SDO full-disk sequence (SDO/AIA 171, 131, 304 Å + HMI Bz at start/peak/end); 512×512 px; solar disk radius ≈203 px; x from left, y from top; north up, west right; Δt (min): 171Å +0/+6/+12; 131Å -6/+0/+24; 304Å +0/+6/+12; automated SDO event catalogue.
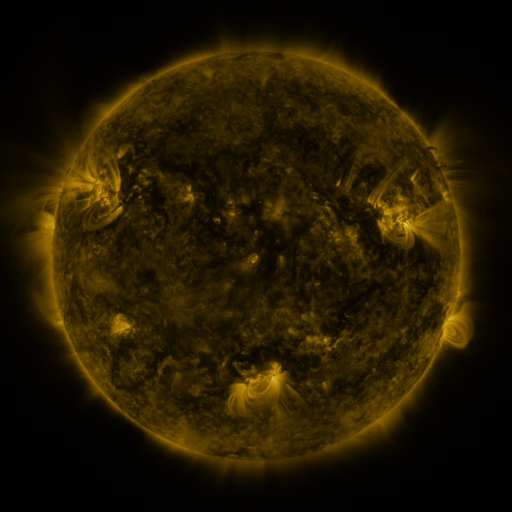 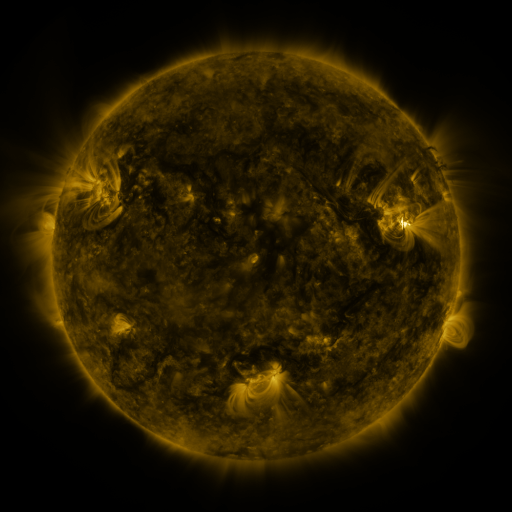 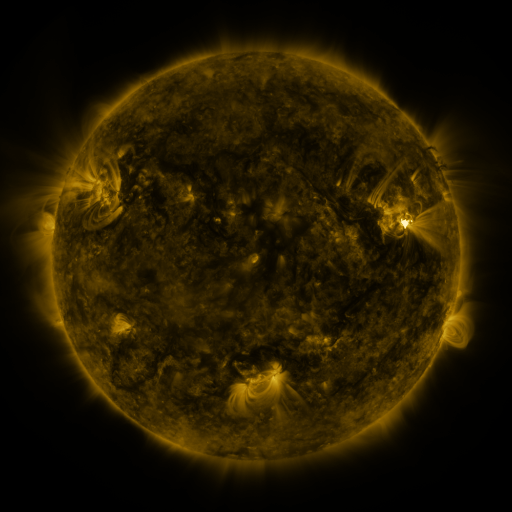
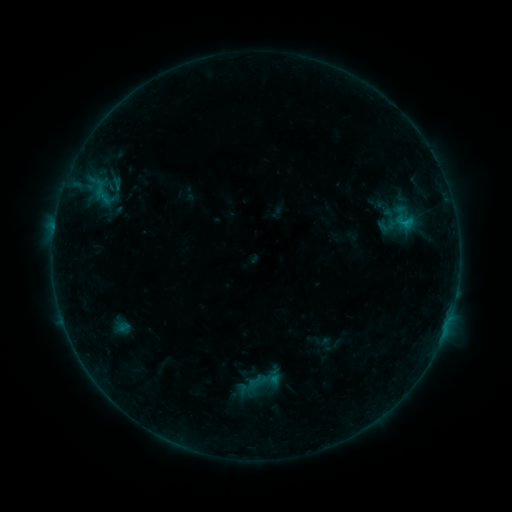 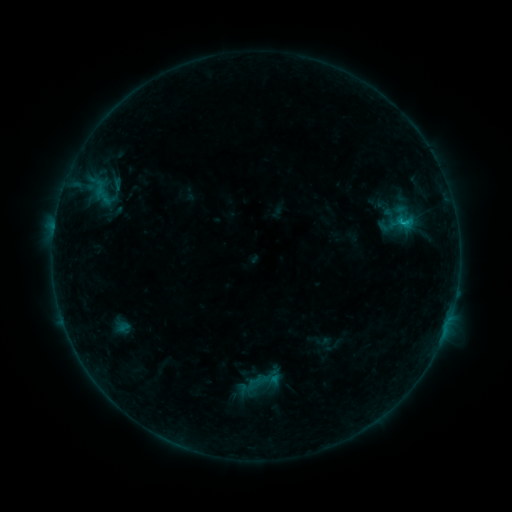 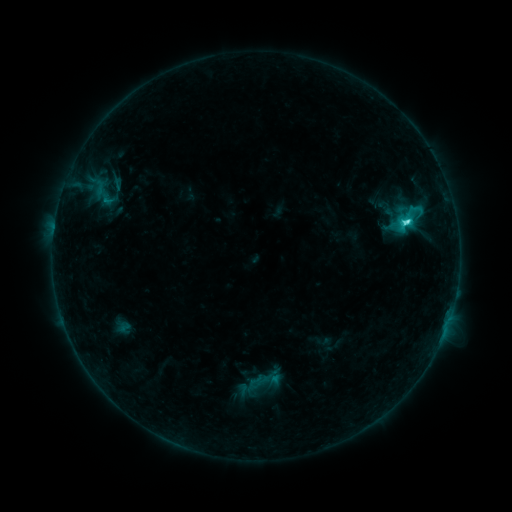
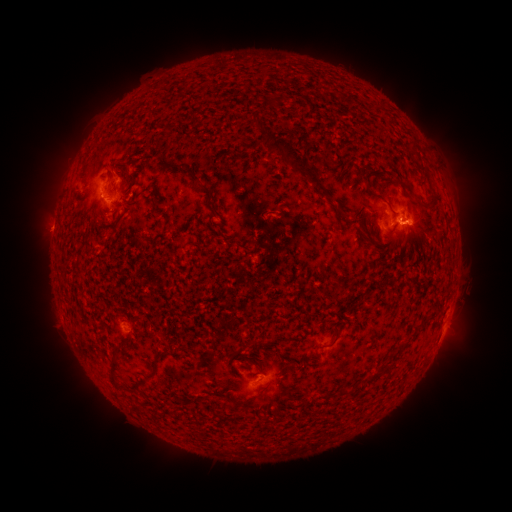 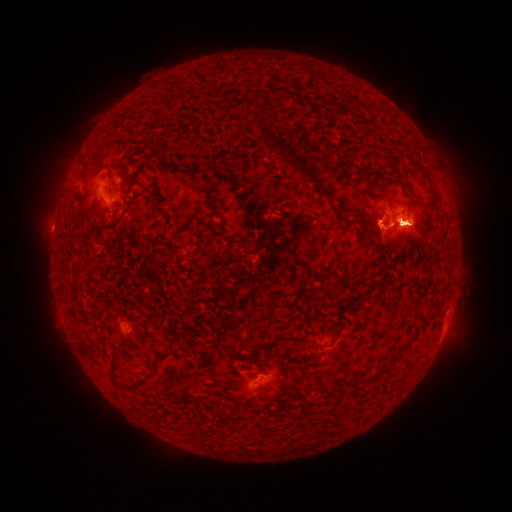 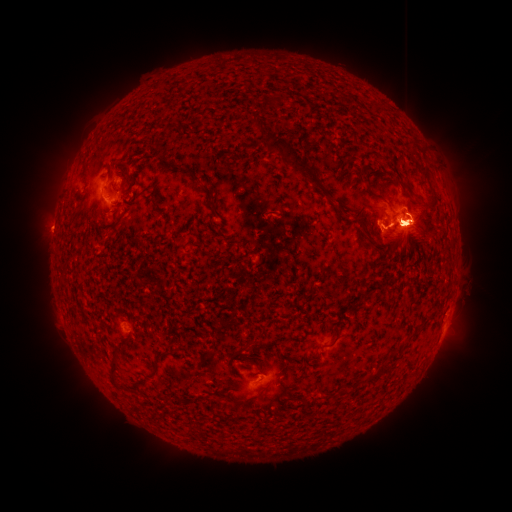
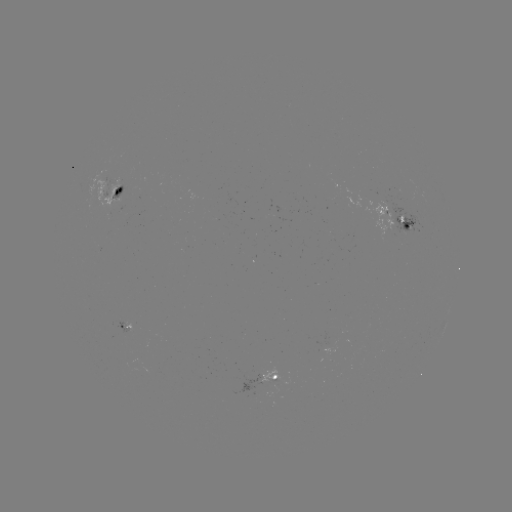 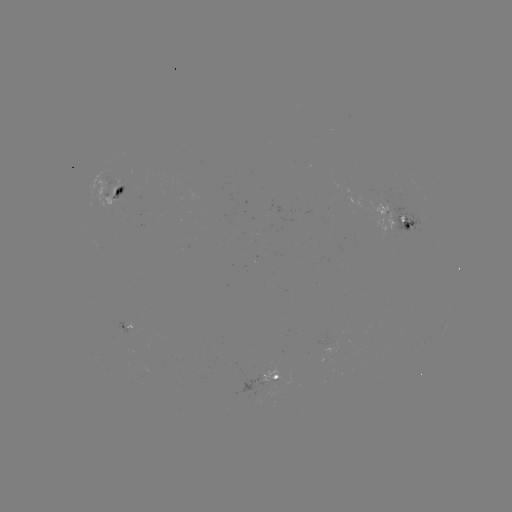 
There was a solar eruption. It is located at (443, 356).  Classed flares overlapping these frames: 1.